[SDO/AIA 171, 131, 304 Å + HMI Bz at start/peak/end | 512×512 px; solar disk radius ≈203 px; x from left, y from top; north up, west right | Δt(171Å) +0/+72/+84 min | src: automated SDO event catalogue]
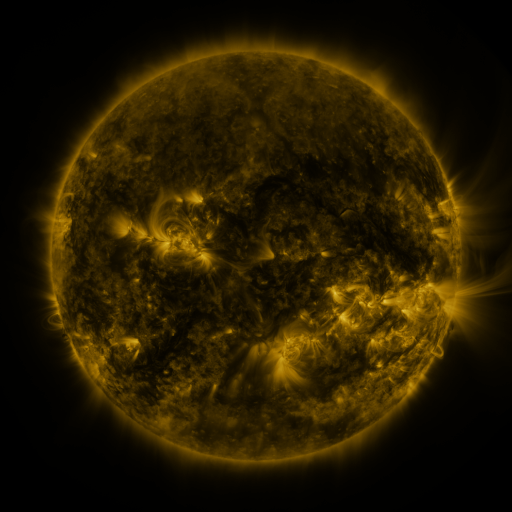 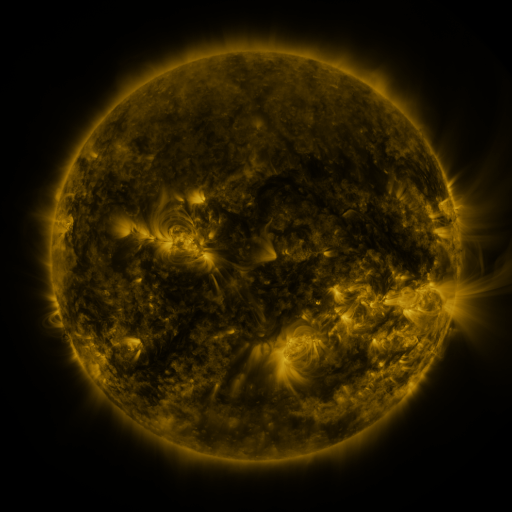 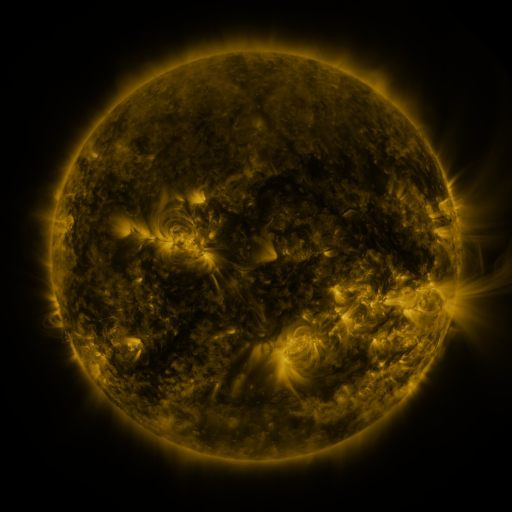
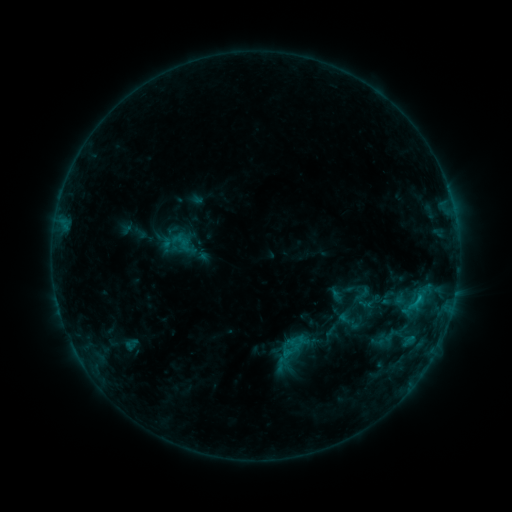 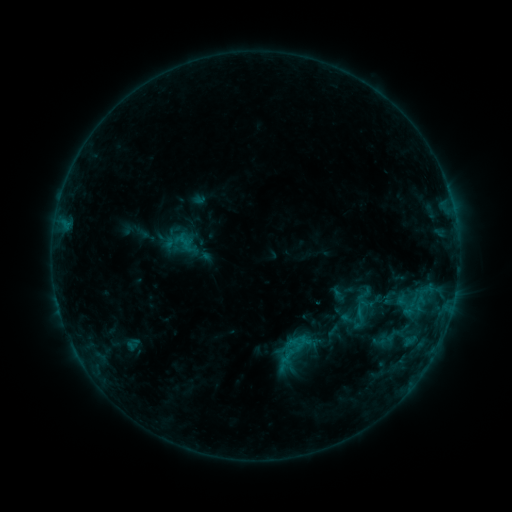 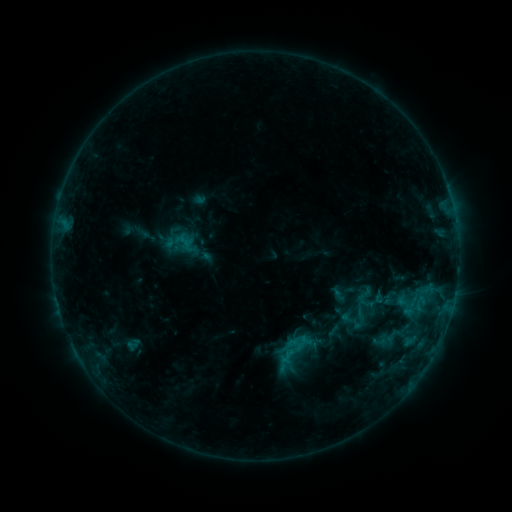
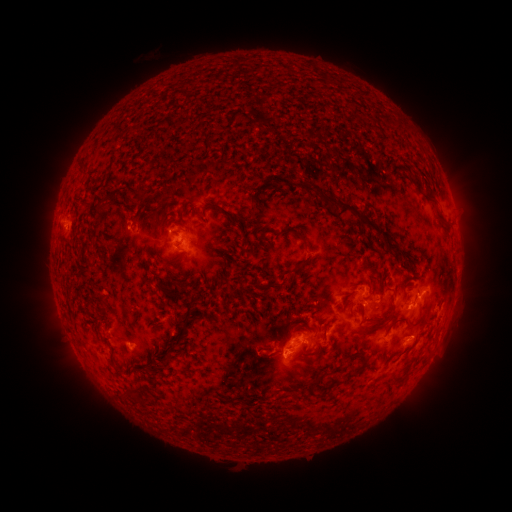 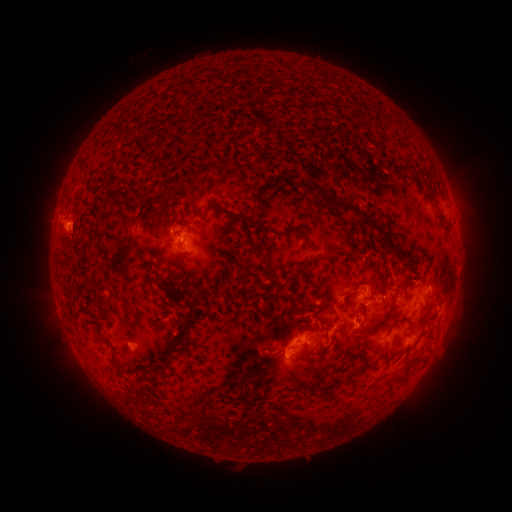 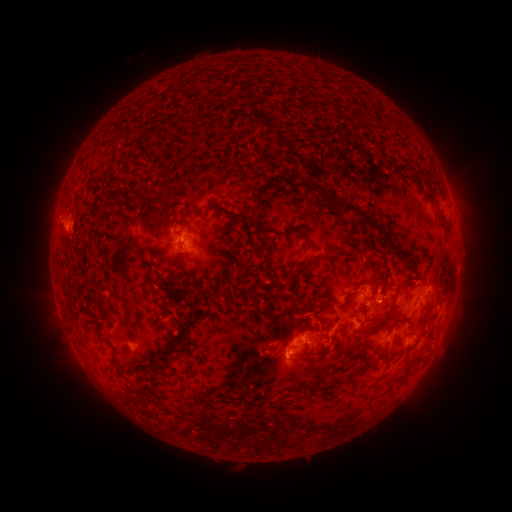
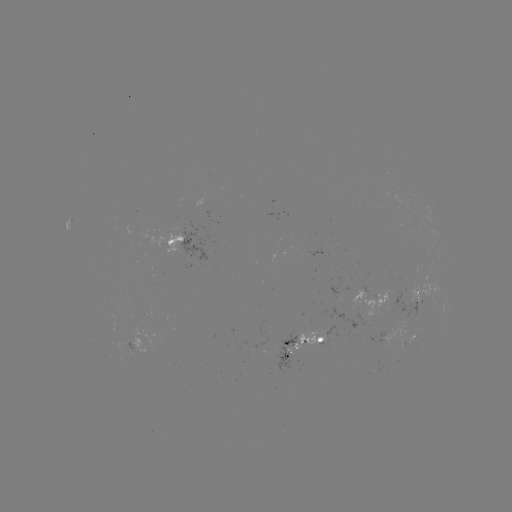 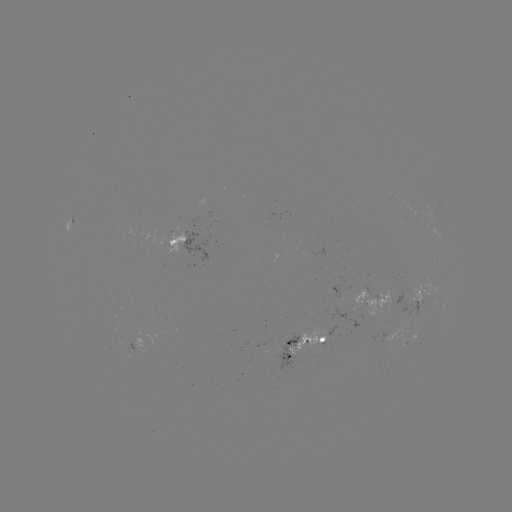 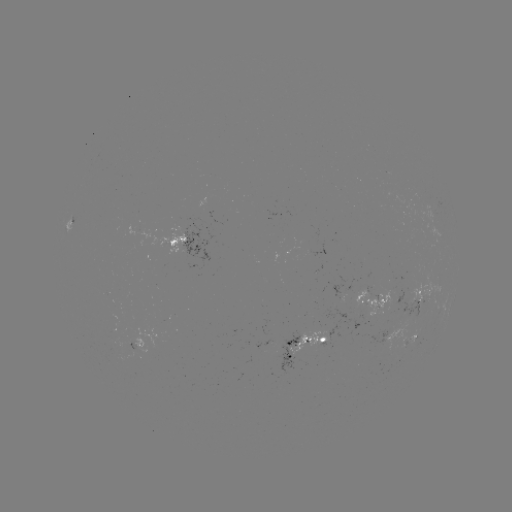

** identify emerging-flux region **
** [280, 351] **